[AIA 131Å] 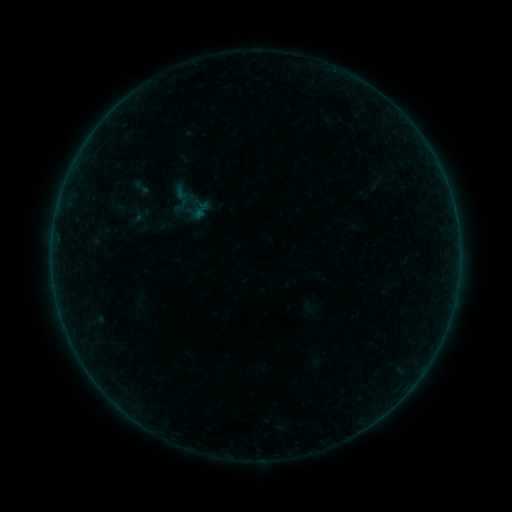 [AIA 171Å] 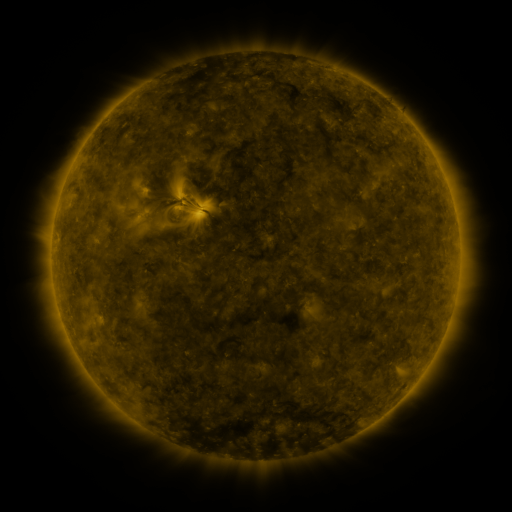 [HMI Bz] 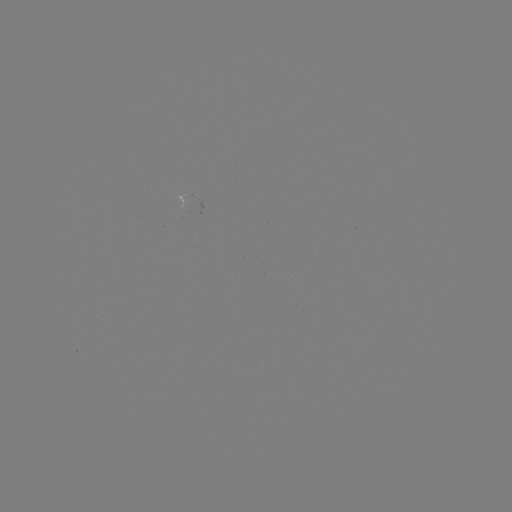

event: sigmoid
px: (142, 187)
